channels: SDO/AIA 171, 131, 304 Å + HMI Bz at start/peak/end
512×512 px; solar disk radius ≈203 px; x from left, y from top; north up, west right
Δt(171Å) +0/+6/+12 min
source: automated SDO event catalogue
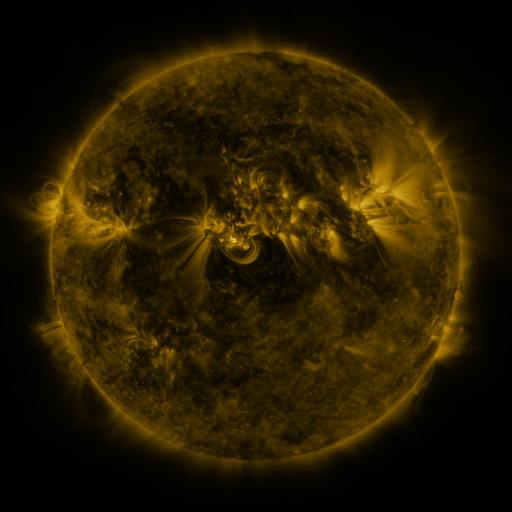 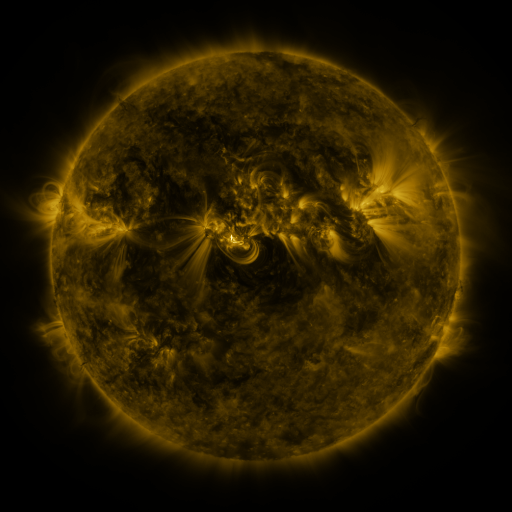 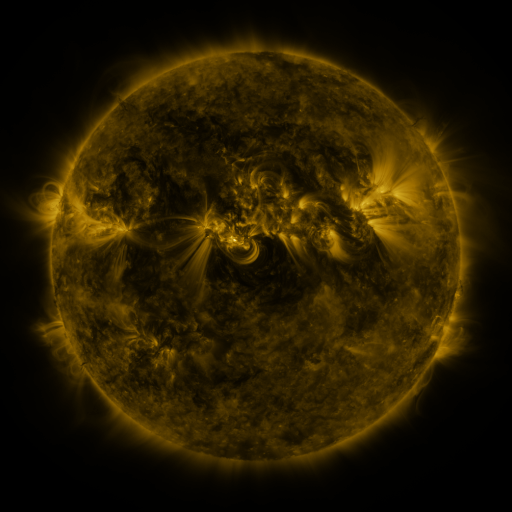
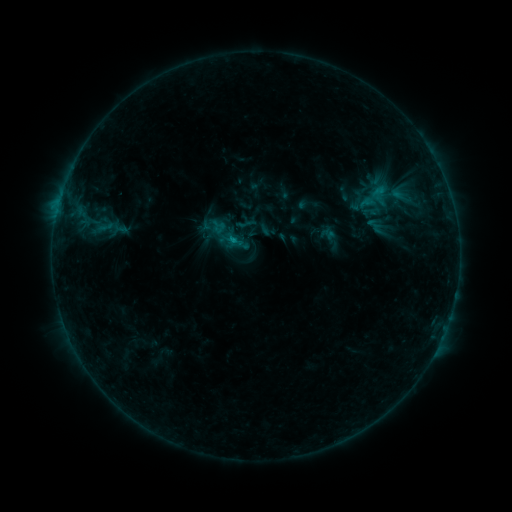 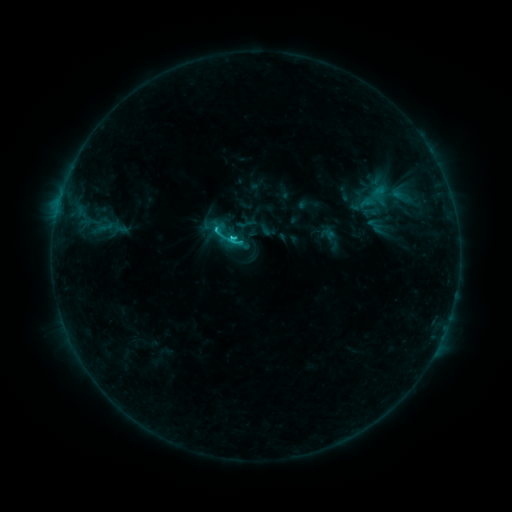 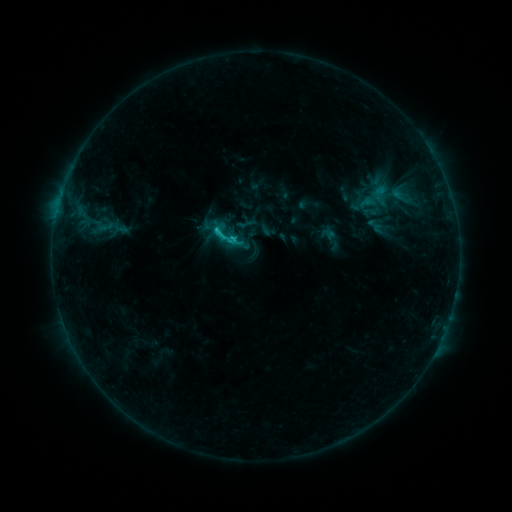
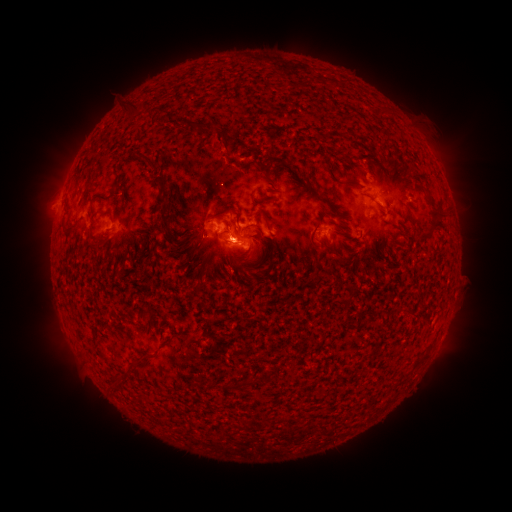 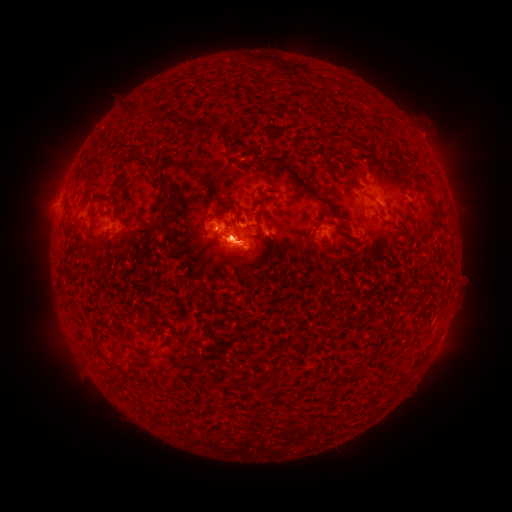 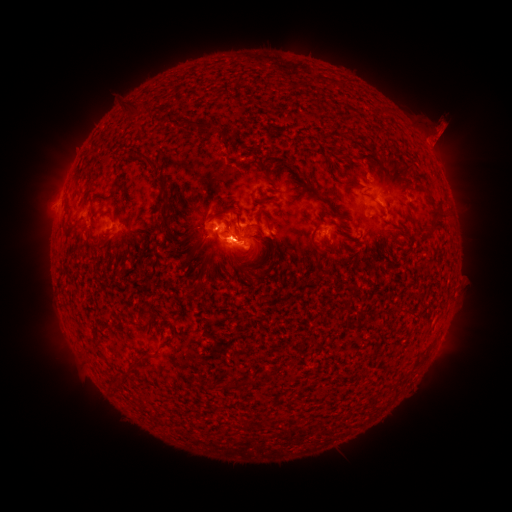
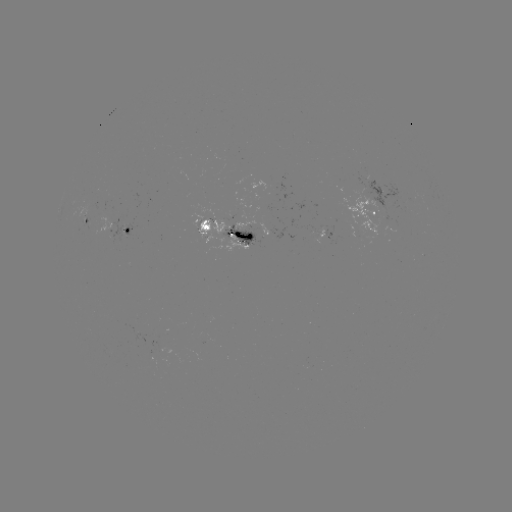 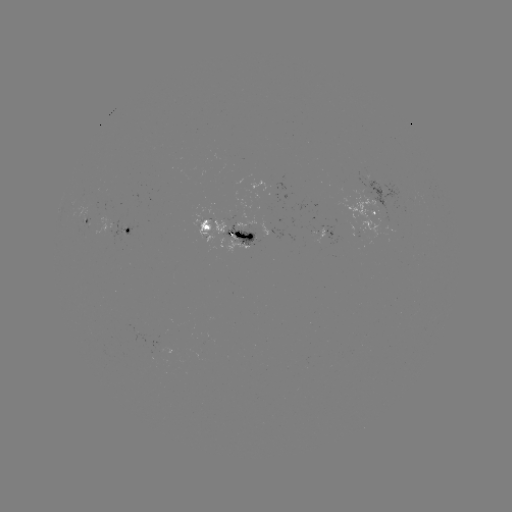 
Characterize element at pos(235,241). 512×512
C2.0 flare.